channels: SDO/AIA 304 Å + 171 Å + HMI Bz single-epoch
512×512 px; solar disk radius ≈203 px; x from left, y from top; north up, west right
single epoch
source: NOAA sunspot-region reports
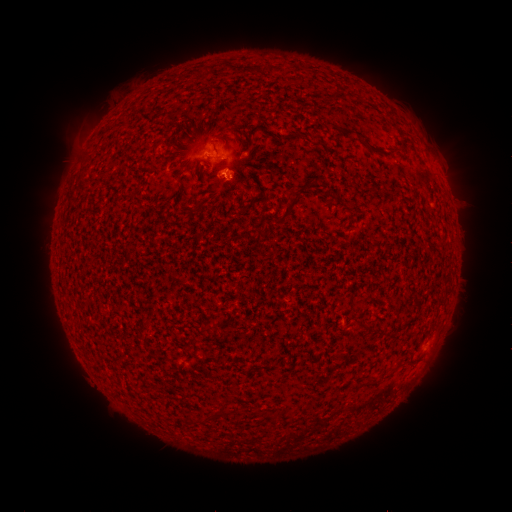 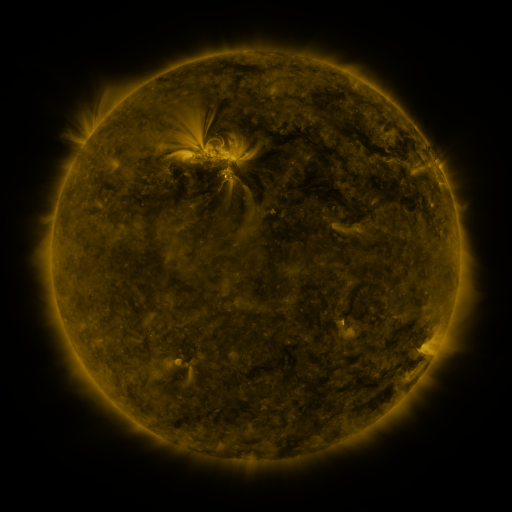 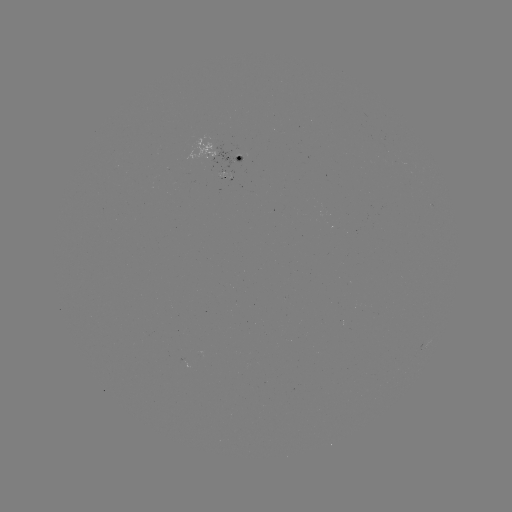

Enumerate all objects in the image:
spotted active region: (226, 156)
spotted active region: (426, 346)
